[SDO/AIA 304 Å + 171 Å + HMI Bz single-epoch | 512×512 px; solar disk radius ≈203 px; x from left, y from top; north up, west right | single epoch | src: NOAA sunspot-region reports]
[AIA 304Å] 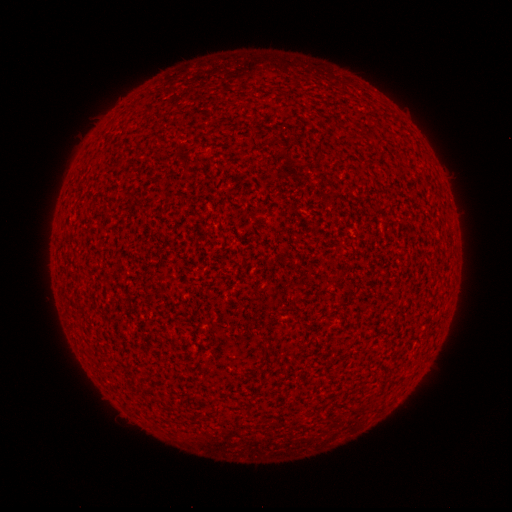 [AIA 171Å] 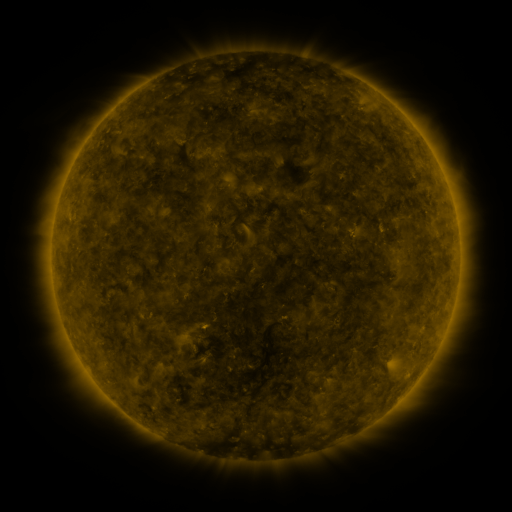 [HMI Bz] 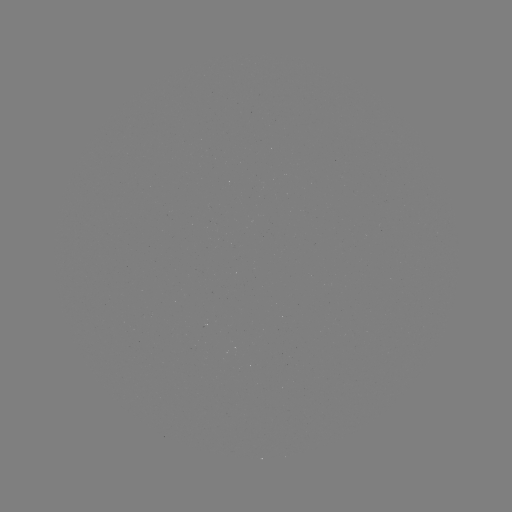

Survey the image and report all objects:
(none)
